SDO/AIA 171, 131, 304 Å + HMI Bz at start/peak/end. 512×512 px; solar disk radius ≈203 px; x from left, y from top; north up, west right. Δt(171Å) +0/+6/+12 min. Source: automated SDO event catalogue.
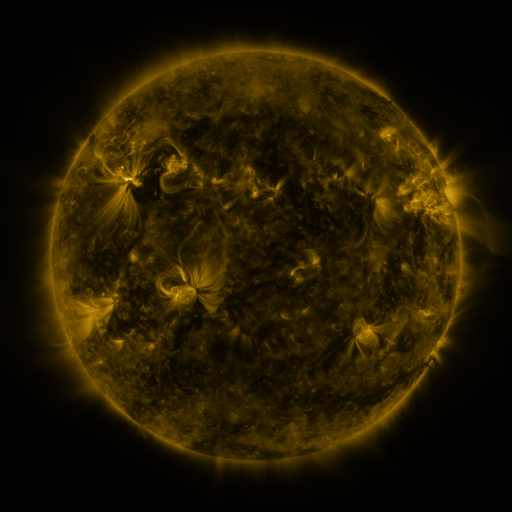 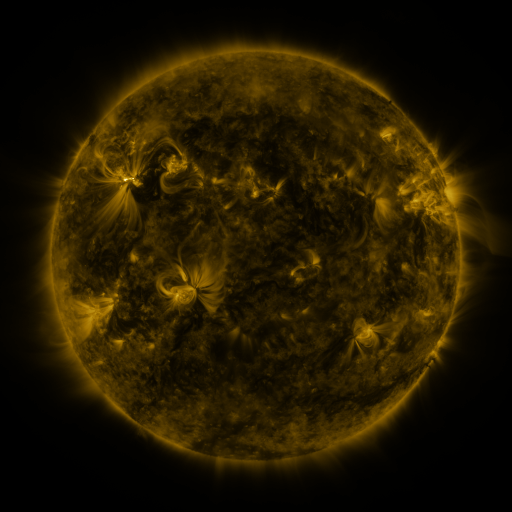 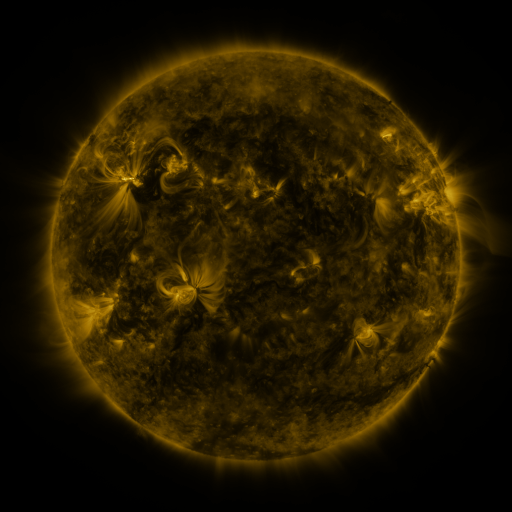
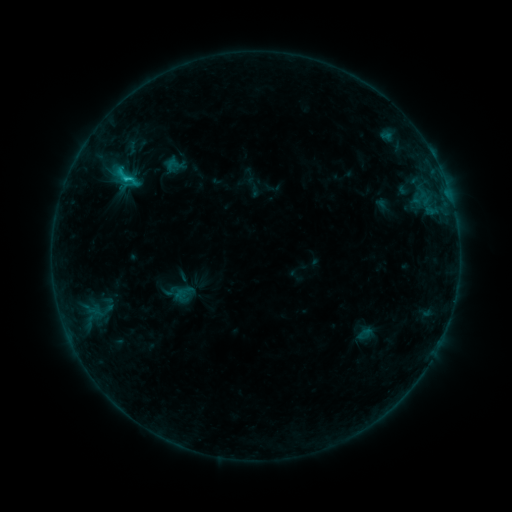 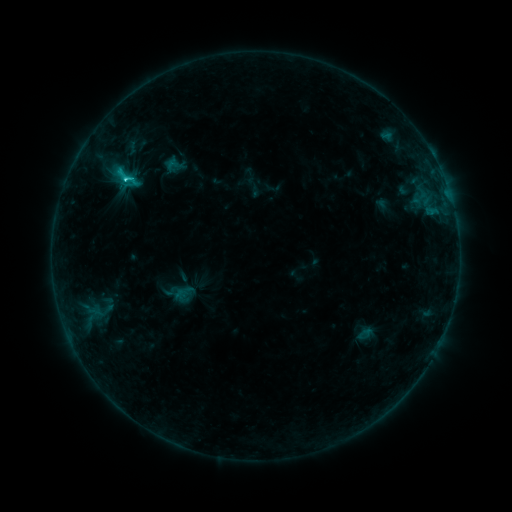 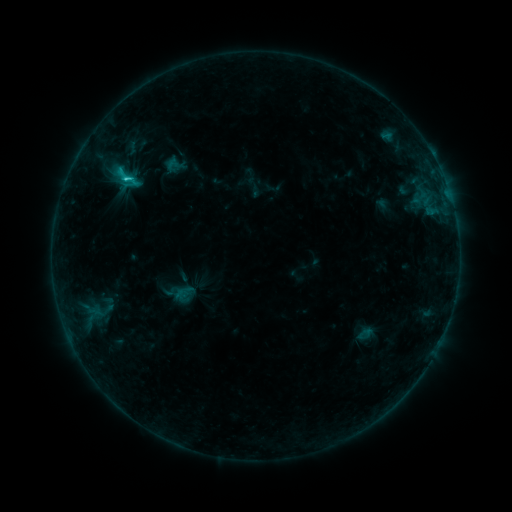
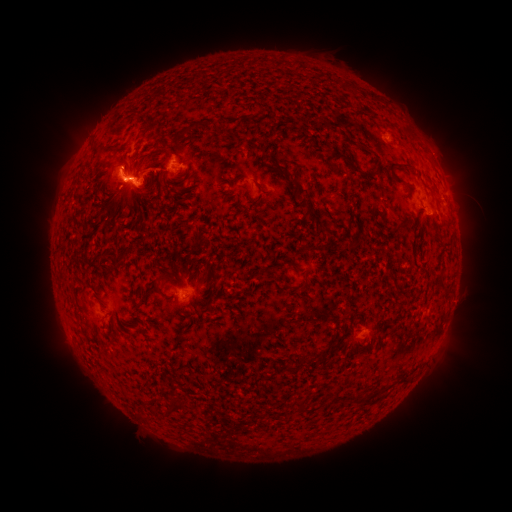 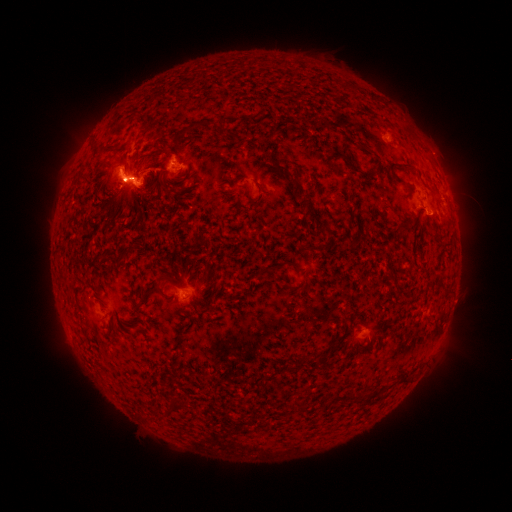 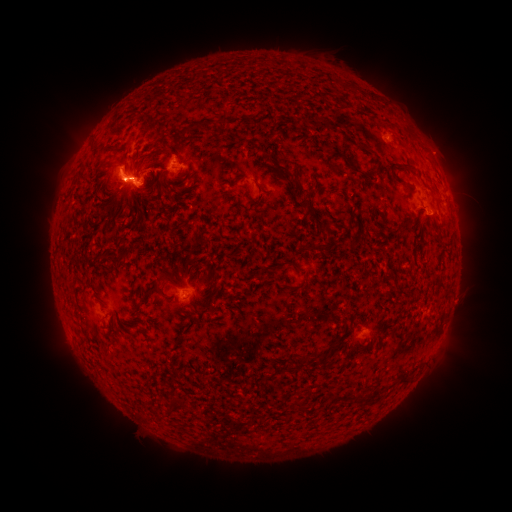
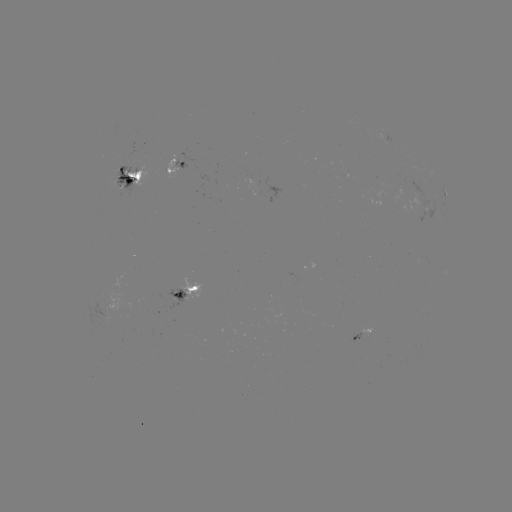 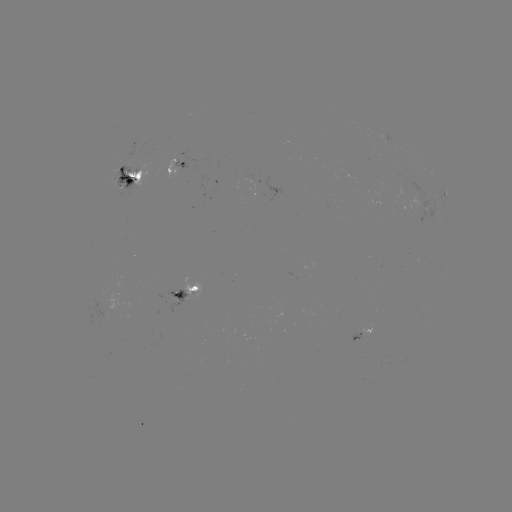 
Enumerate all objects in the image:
C2.4 flare: (124, 181)
